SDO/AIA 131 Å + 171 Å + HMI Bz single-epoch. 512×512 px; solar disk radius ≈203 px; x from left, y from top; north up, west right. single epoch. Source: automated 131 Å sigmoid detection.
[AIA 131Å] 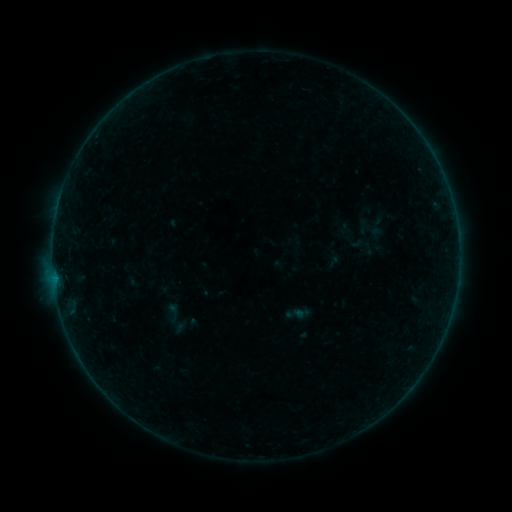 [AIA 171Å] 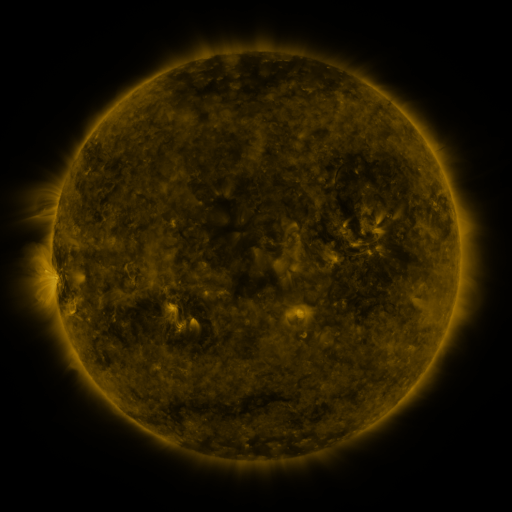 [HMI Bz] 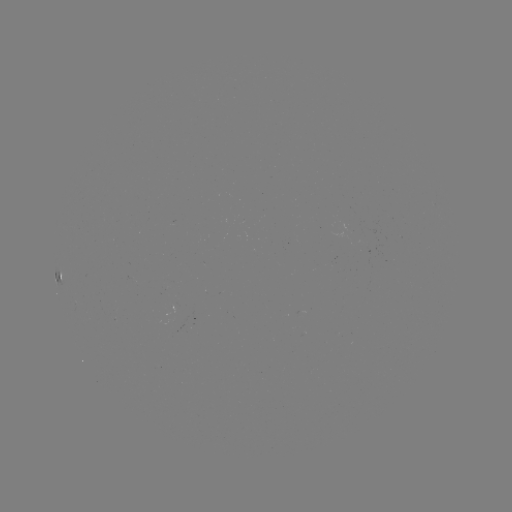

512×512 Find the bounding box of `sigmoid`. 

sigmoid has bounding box [160, 301, 185, 324].